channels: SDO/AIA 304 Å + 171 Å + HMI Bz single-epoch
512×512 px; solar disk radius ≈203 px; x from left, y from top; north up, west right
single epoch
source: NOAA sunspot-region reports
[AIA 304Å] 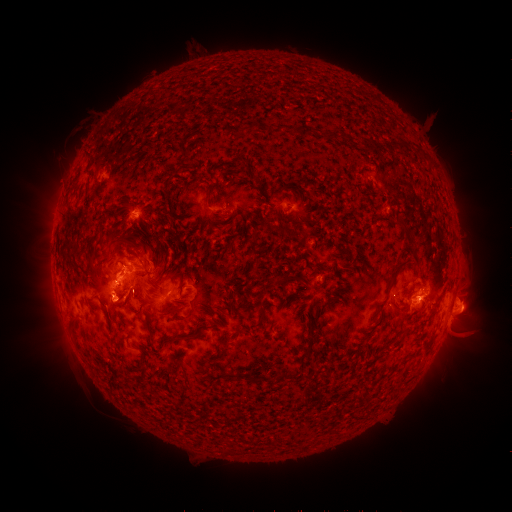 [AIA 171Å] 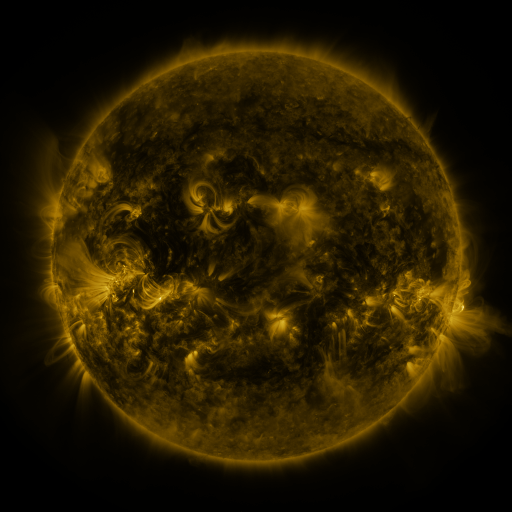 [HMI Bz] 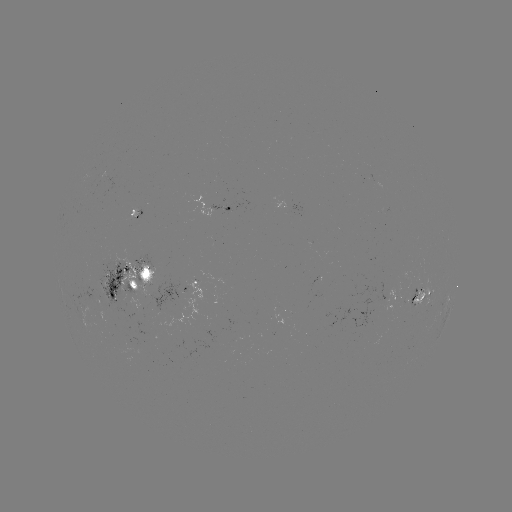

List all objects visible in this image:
spotted active region: (125, 204)
spotted active region: (297, 205)
spotted active region: (228, 208)
spotted active region: (131, 274)
spotted active region: (197, 283)
spotted active region: (424, 291)
spotted active region: (395, 296)
spotted active region: (449, 299)
spotted active region: (452, 308)
